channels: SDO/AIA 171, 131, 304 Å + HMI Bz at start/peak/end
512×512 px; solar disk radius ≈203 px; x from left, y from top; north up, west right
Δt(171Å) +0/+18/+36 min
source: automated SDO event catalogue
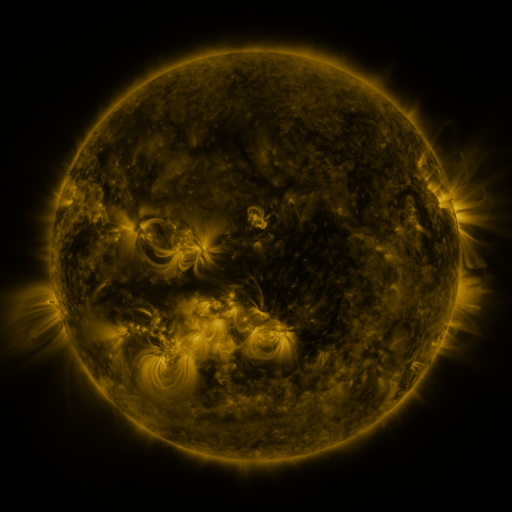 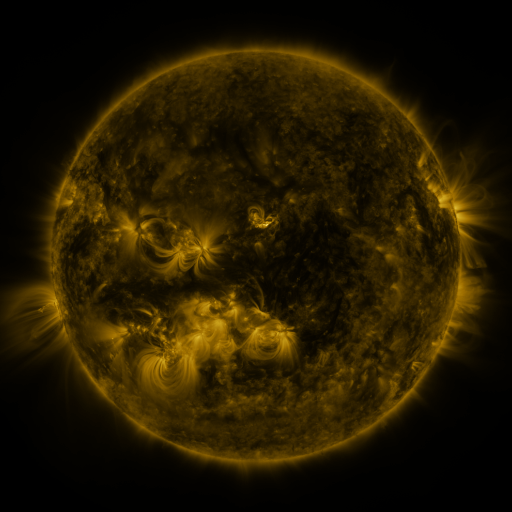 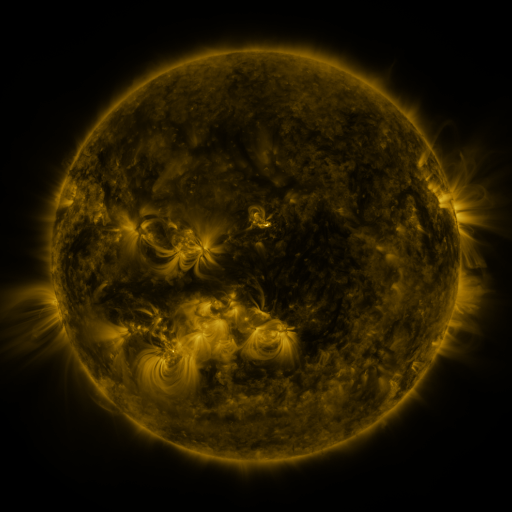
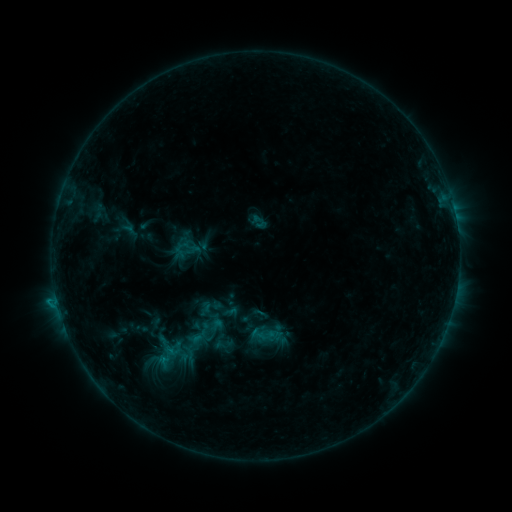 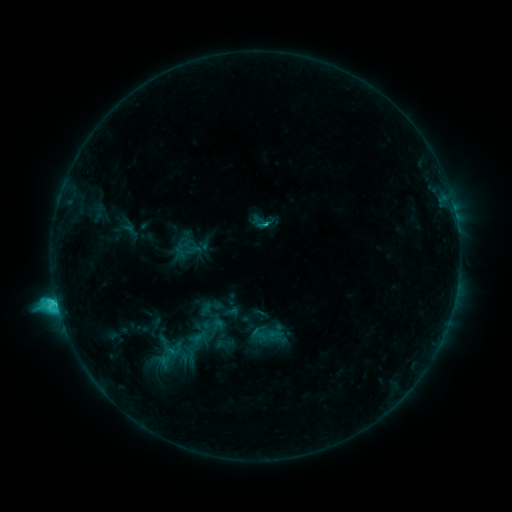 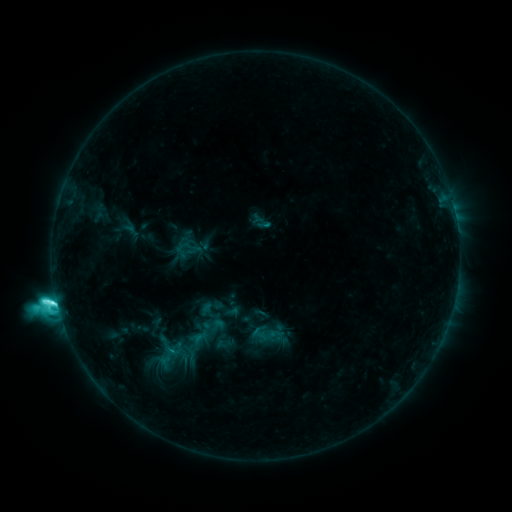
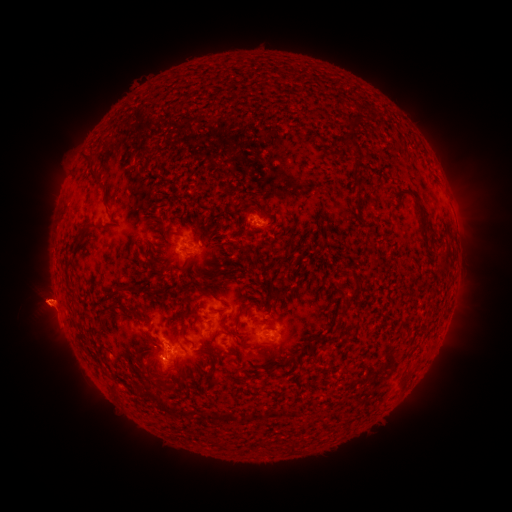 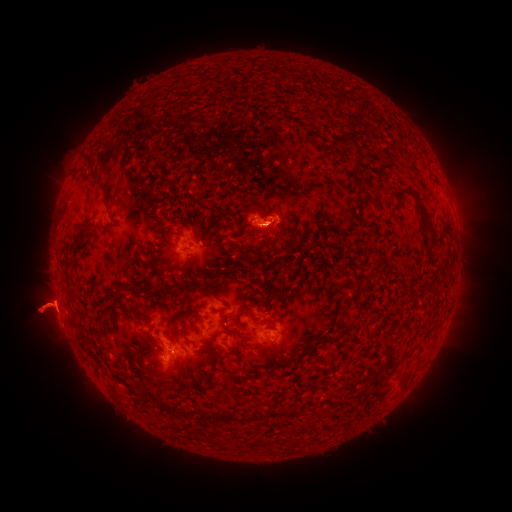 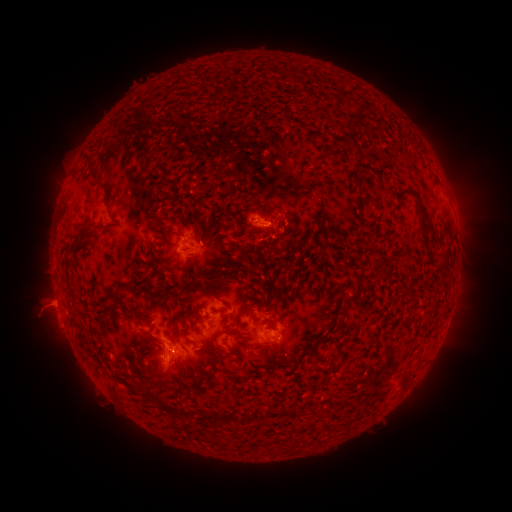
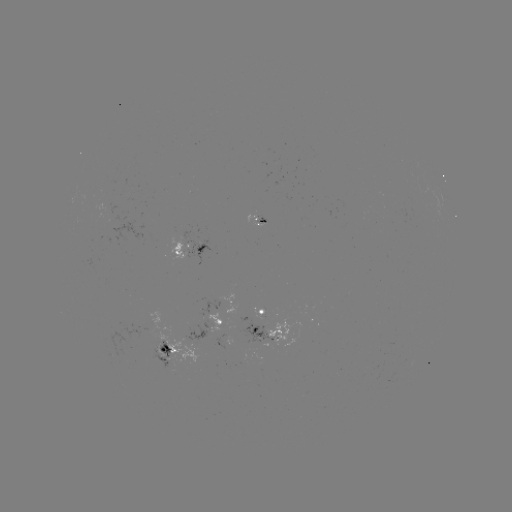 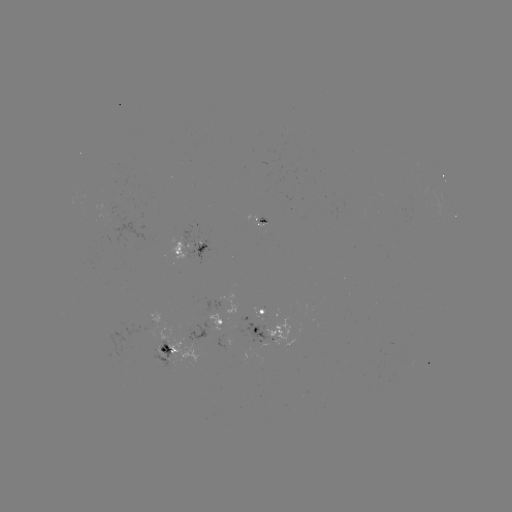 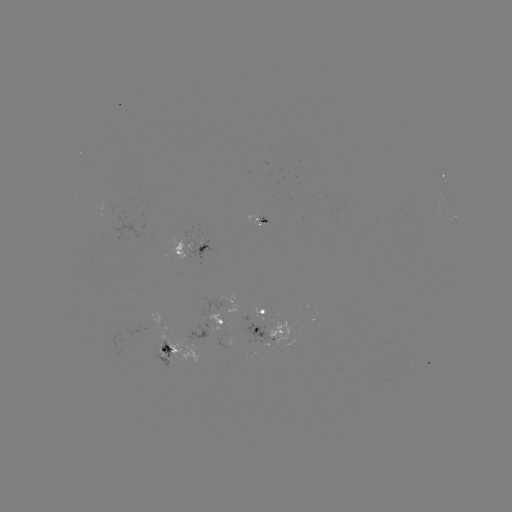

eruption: (0, 246, 119, 366)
